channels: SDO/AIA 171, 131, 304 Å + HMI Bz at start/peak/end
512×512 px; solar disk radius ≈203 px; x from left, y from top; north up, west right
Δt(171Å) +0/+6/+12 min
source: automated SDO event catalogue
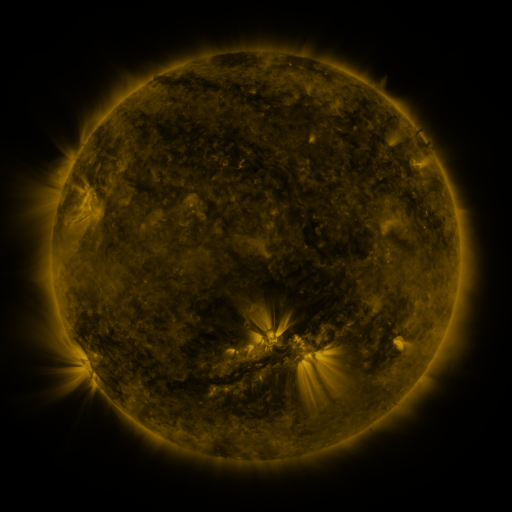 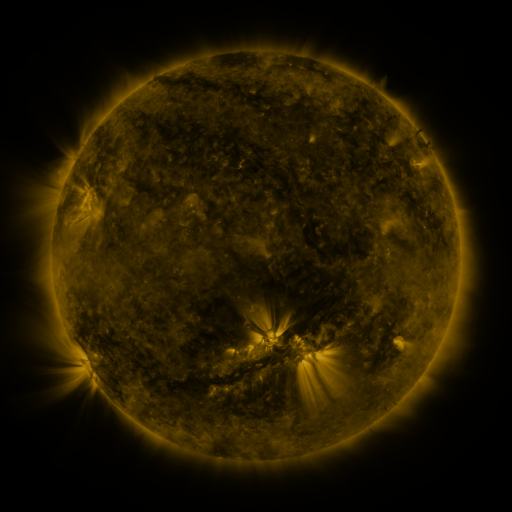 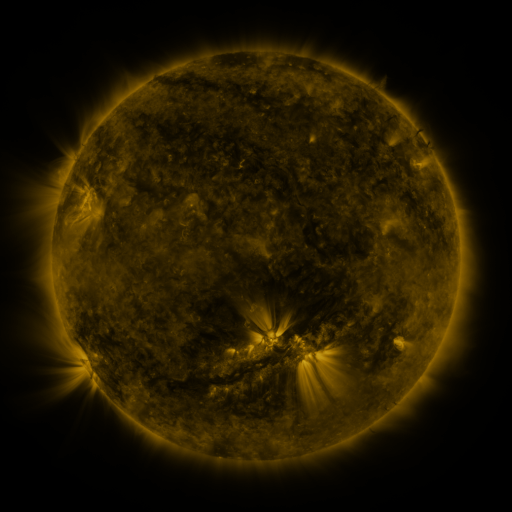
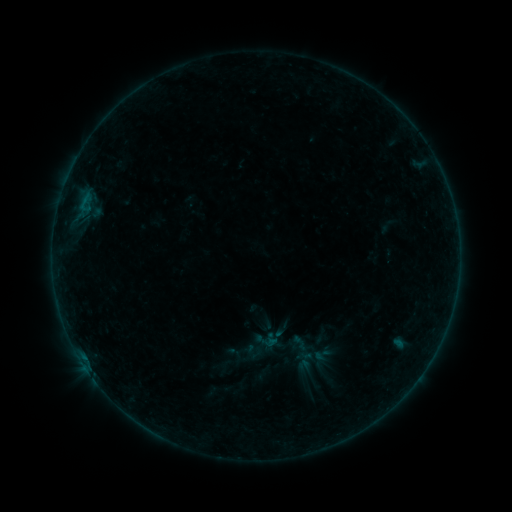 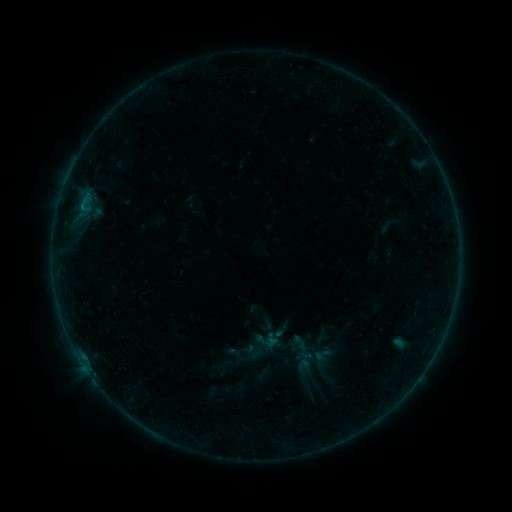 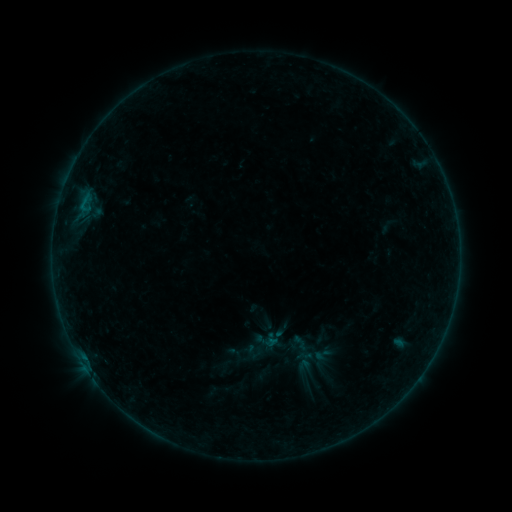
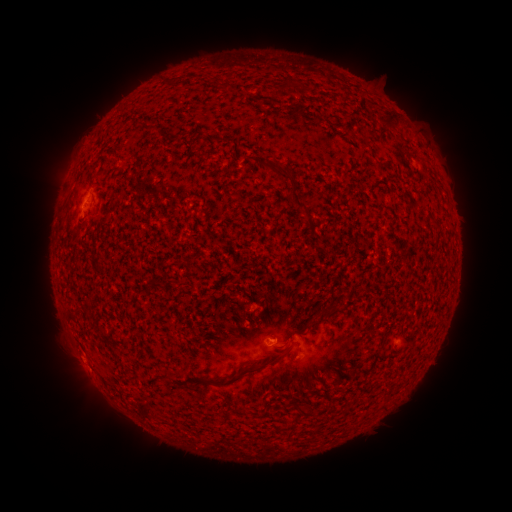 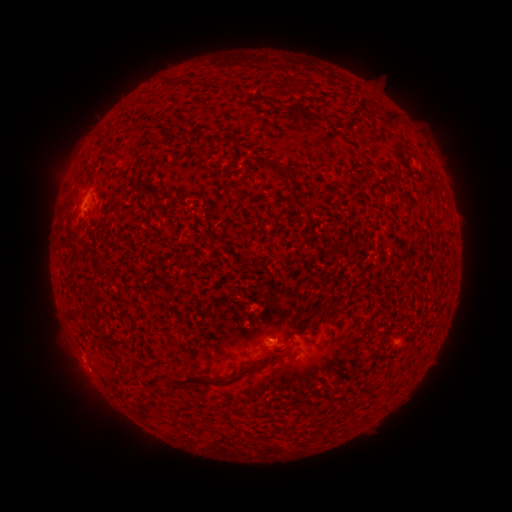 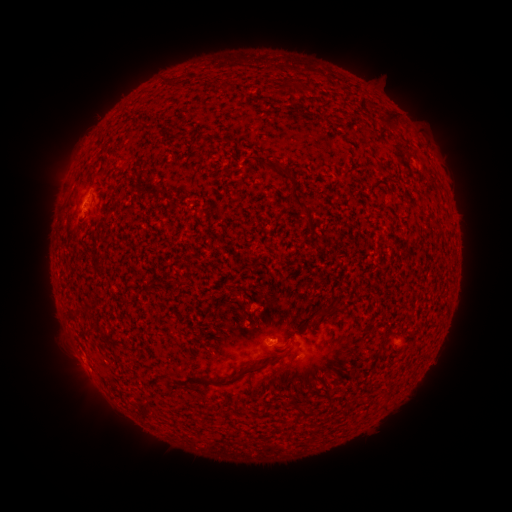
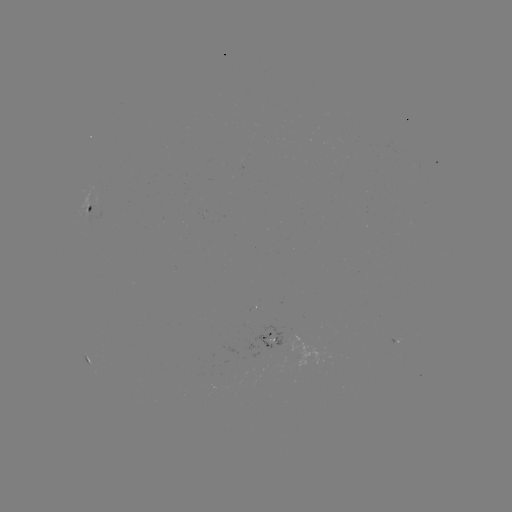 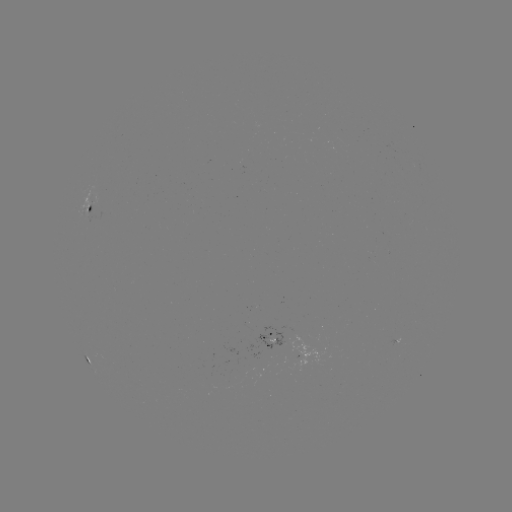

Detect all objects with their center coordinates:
B1.2 flare: (269, 341)
